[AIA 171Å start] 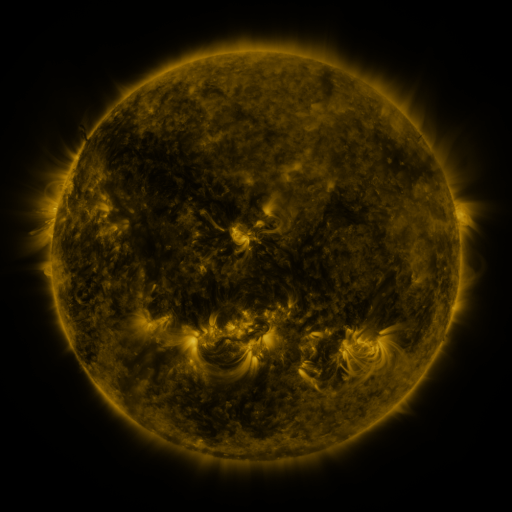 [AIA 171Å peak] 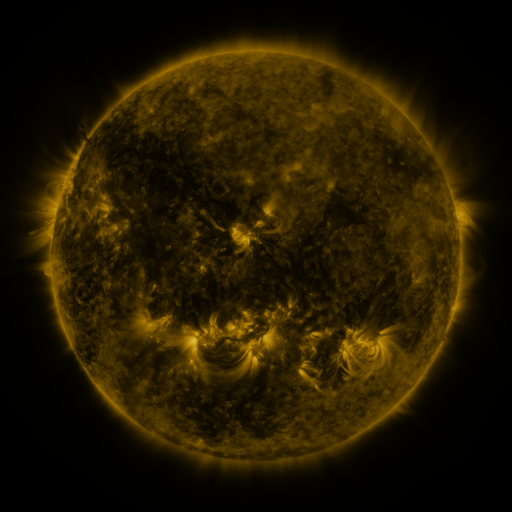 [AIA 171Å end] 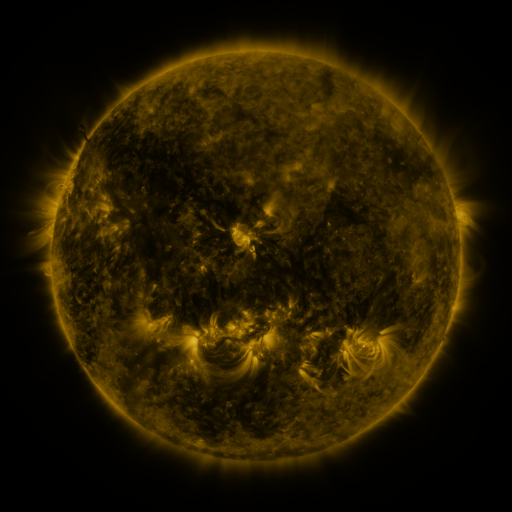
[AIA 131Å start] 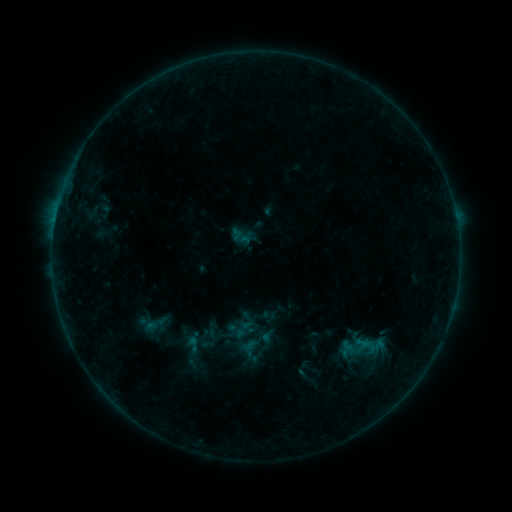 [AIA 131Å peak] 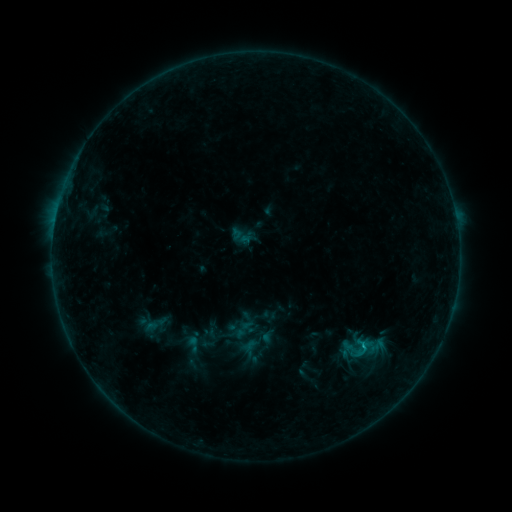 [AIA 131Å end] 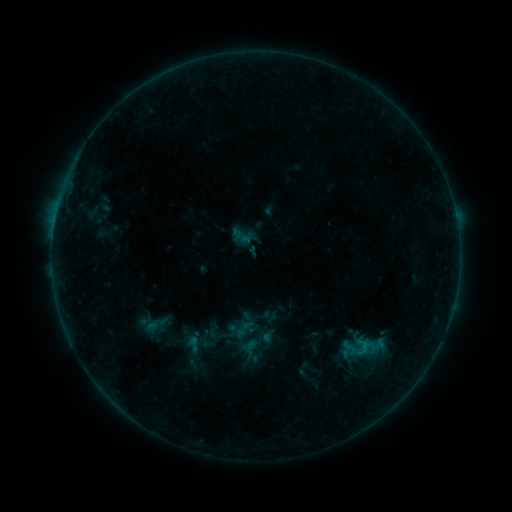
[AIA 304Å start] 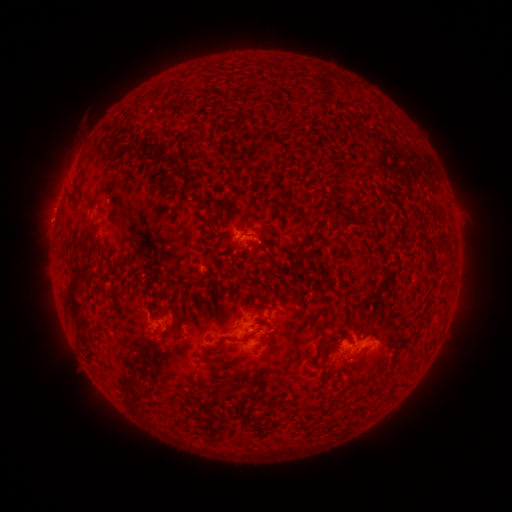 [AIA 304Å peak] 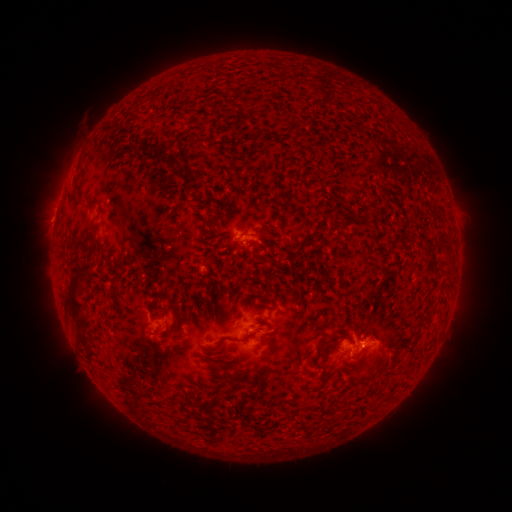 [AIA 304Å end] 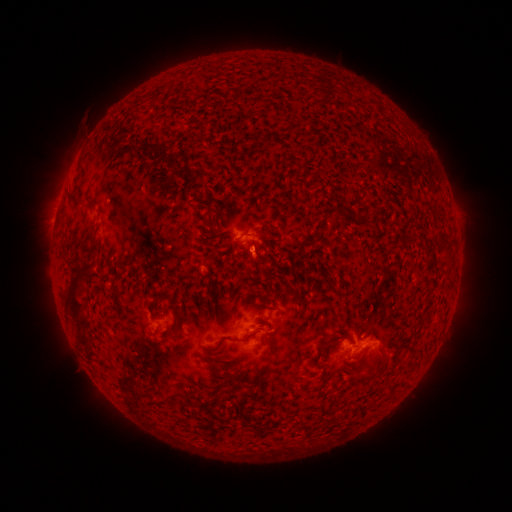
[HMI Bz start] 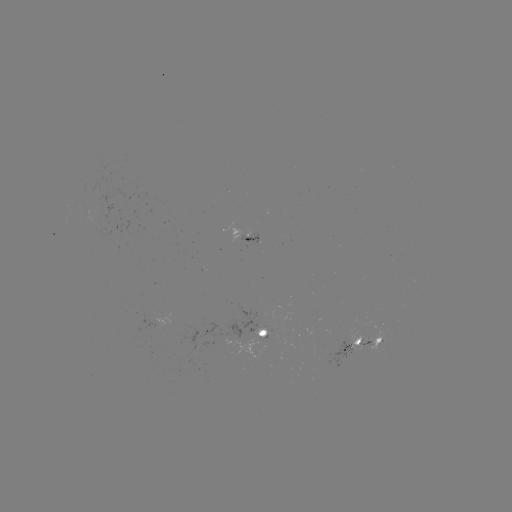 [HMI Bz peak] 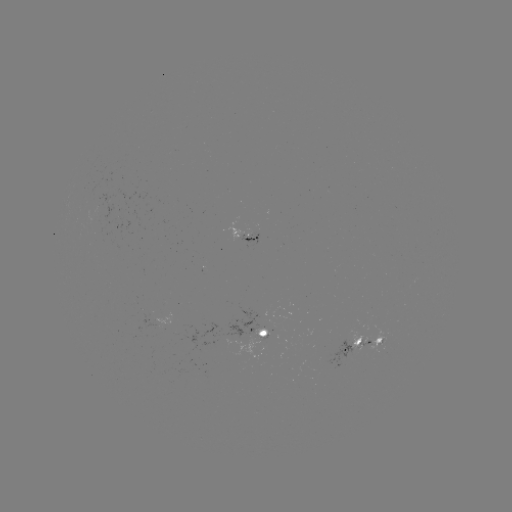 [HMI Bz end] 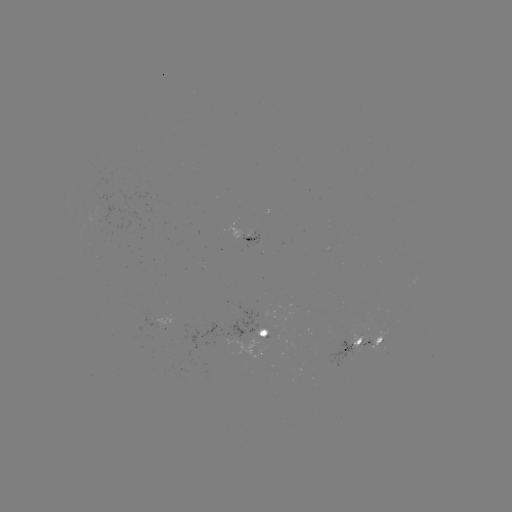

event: flare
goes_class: B5.8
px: (363, 344)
